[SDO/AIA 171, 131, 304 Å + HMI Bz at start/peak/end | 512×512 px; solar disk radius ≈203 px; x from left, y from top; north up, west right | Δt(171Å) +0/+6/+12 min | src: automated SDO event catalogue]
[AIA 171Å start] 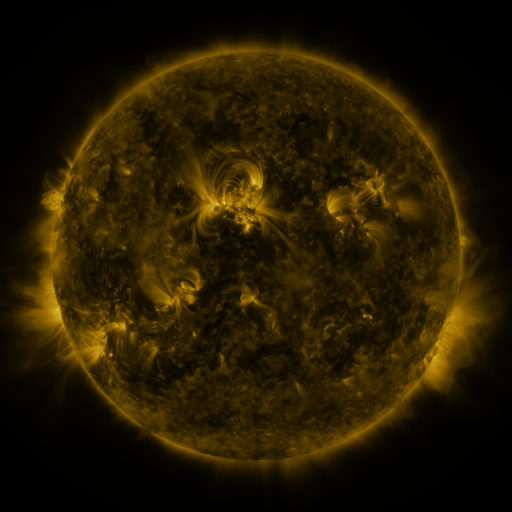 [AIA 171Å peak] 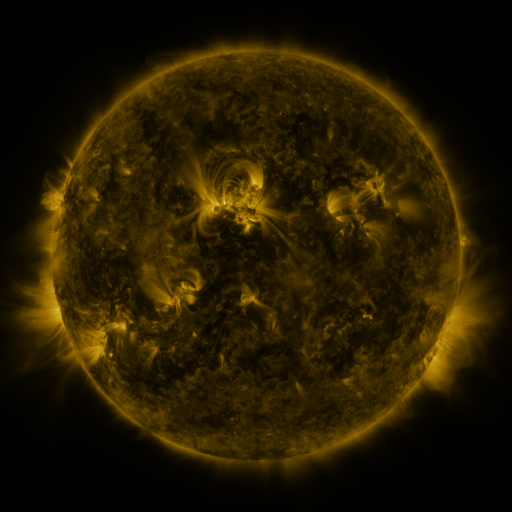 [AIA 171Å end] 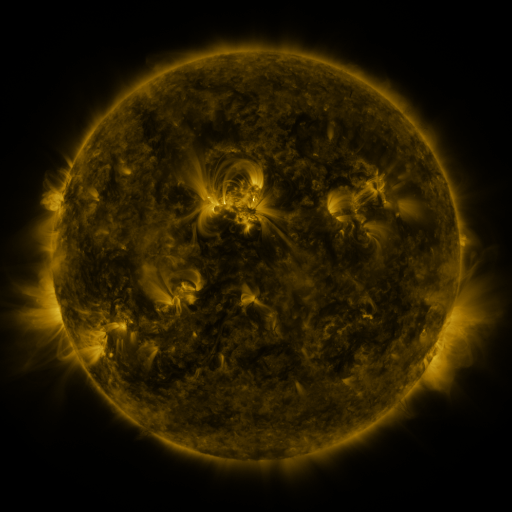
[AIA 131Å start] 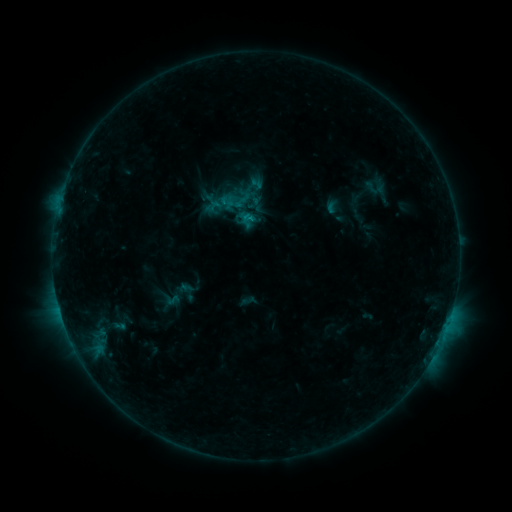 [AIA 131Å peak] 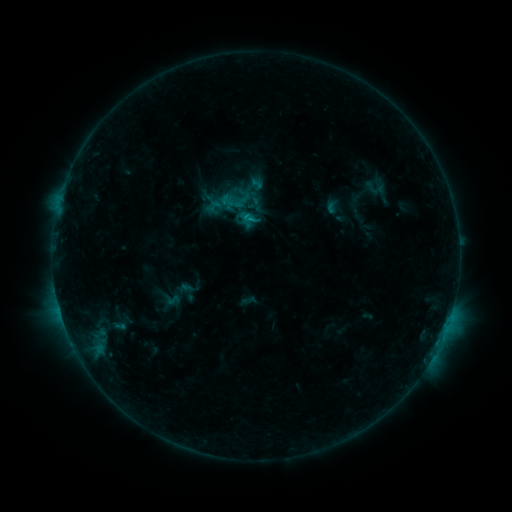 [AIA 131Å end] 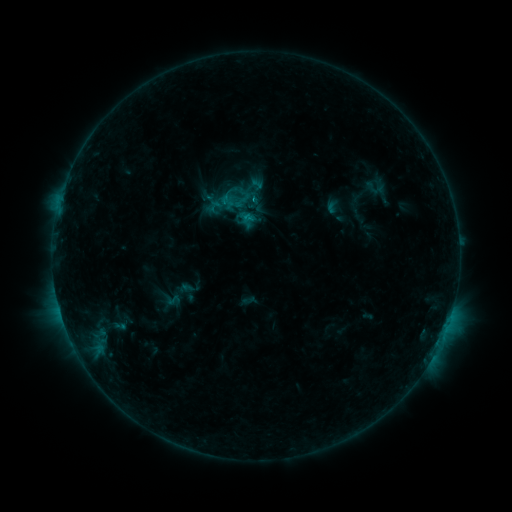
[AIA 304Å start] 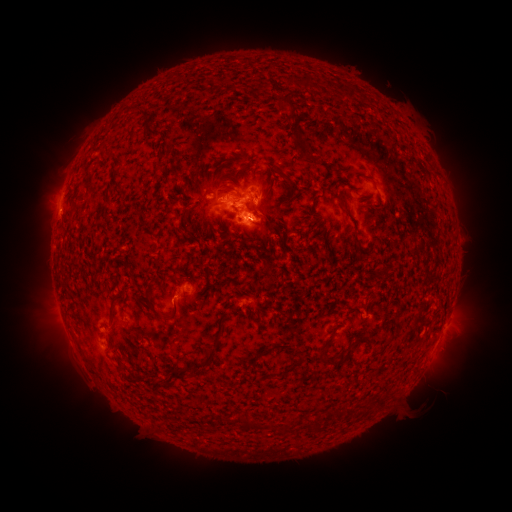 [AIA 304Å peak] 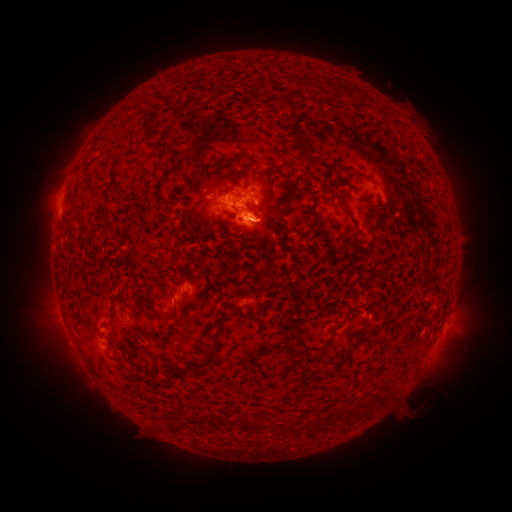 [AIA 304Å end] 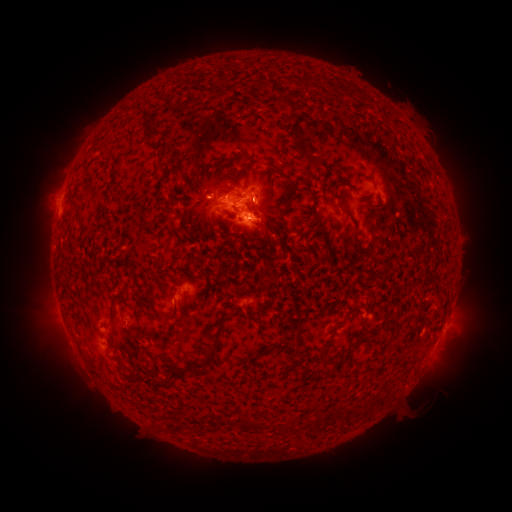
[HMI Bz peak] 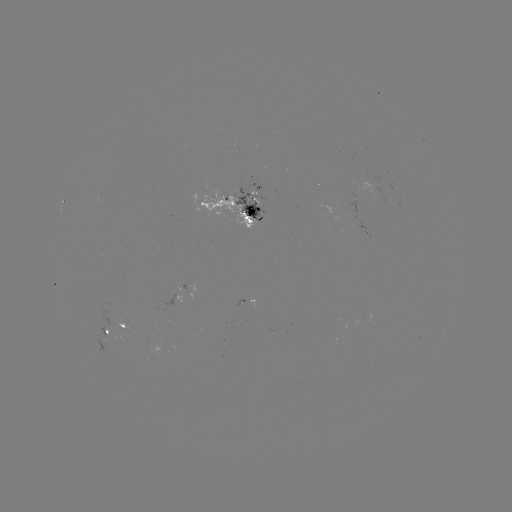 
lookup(eruption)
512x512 [262, 225]